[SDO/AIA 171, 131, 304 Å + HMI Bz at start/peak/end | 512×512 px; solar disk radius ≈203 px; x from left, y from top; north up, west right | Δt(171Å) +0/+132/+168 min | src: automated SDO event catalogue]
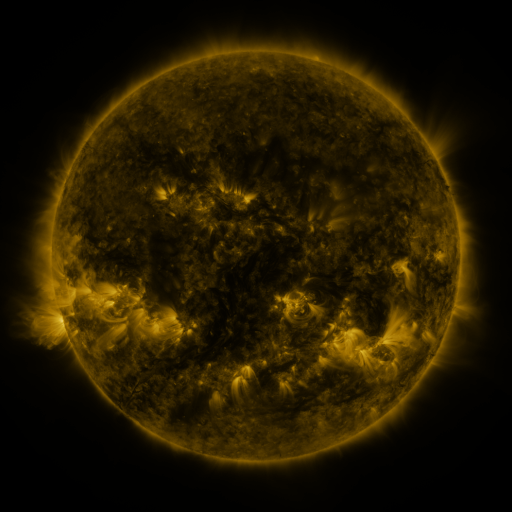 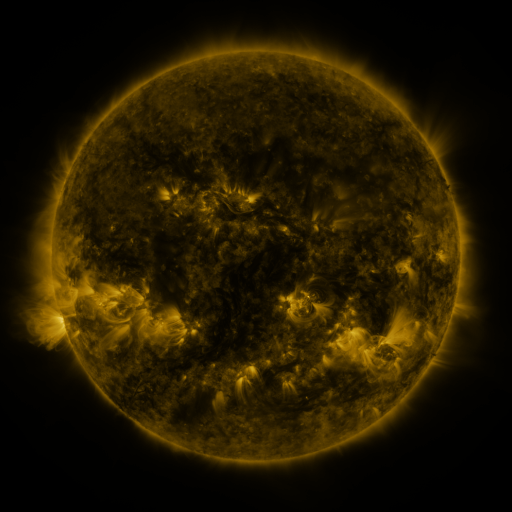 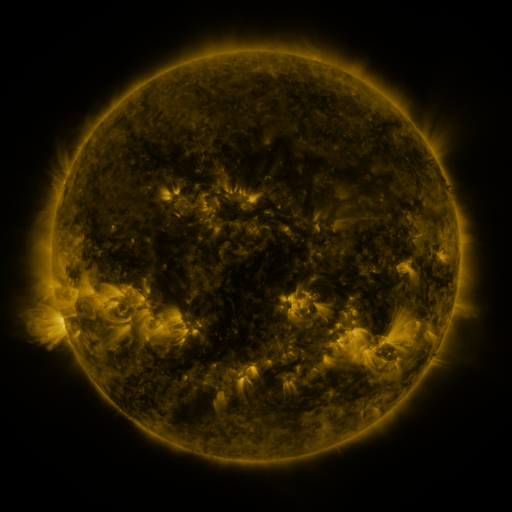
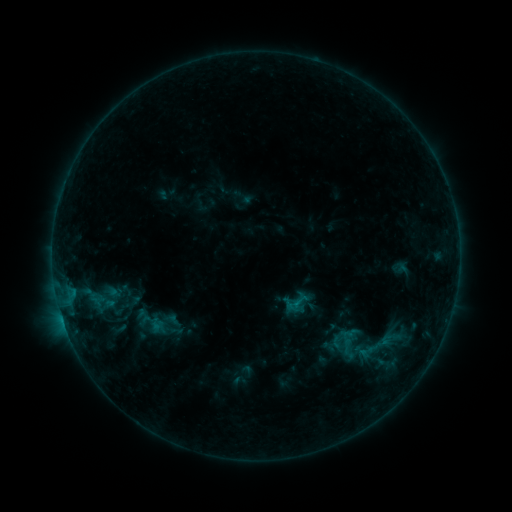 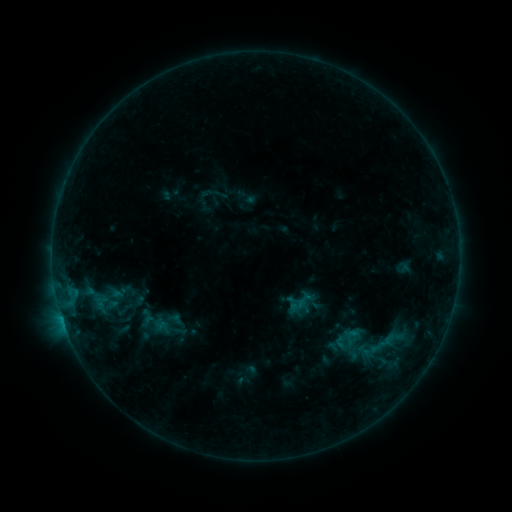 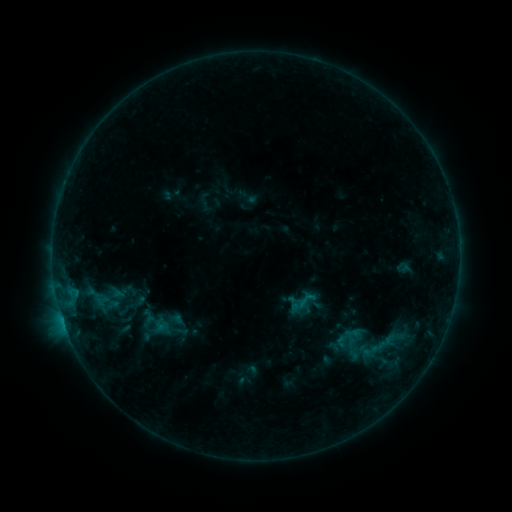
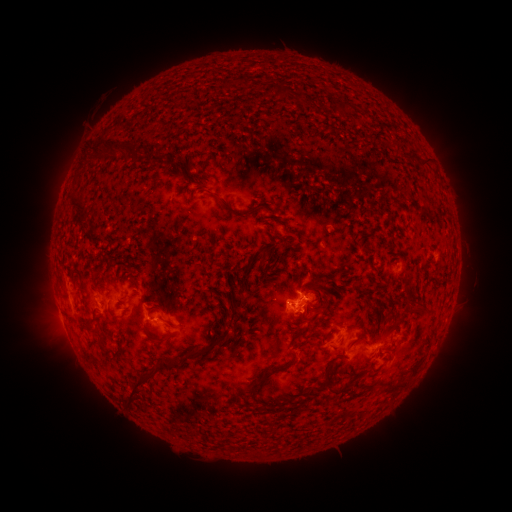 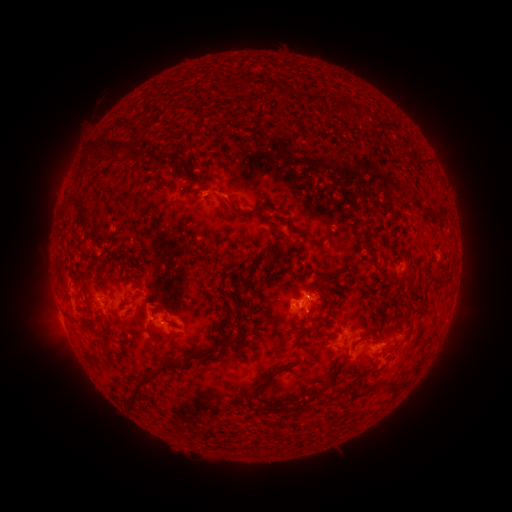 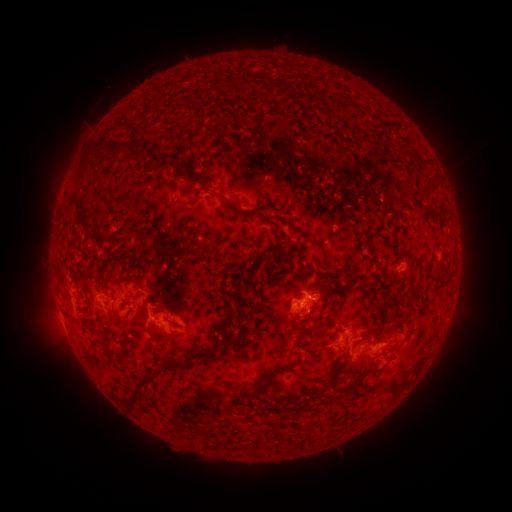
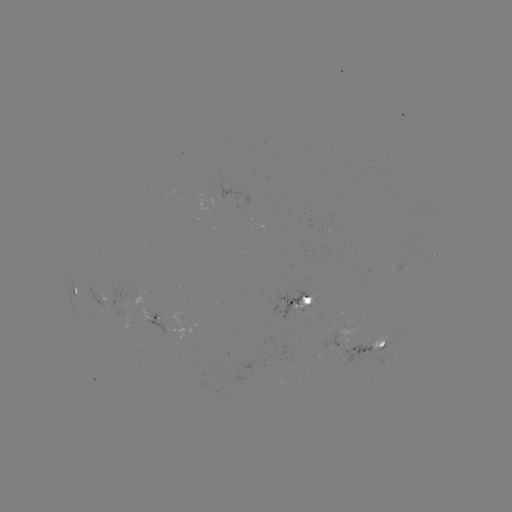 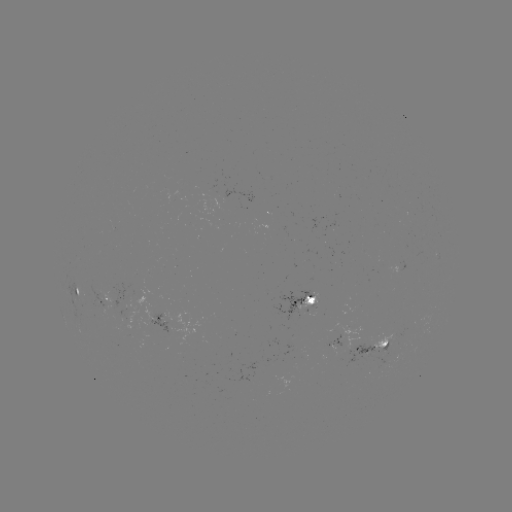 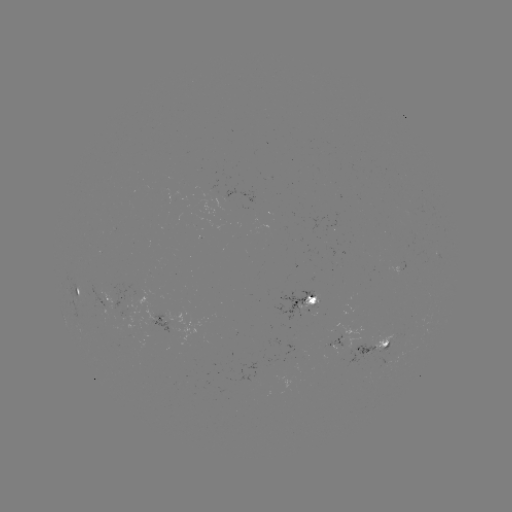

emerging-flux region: (323, 246, 338, 255)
